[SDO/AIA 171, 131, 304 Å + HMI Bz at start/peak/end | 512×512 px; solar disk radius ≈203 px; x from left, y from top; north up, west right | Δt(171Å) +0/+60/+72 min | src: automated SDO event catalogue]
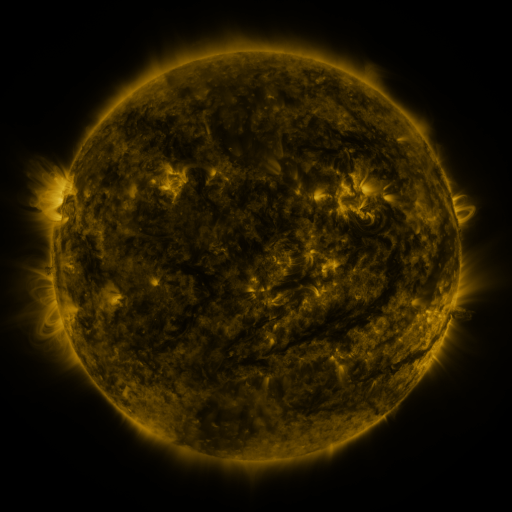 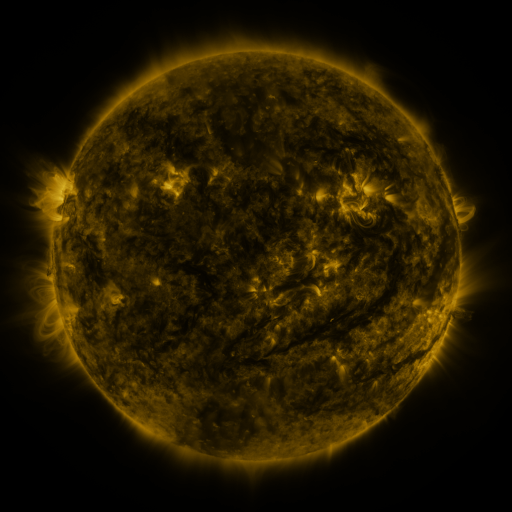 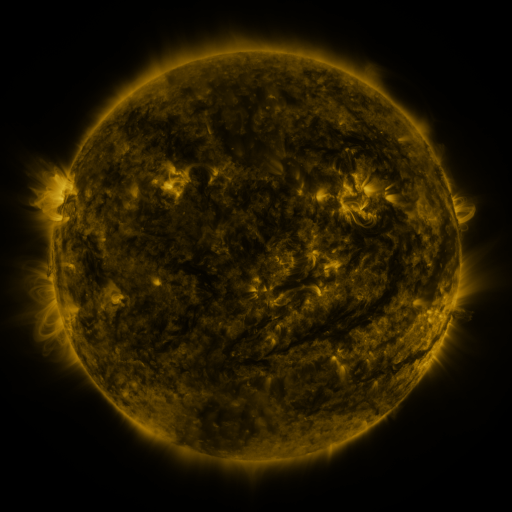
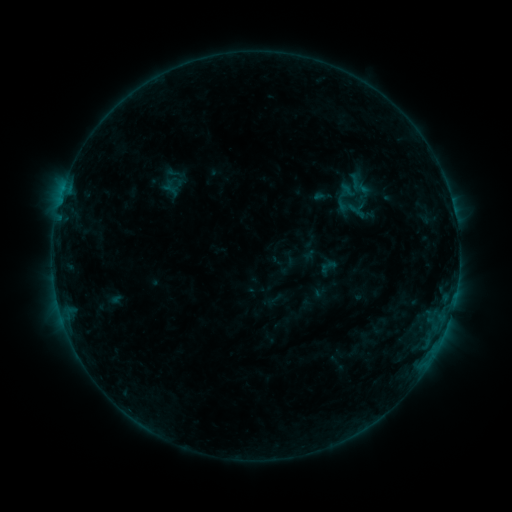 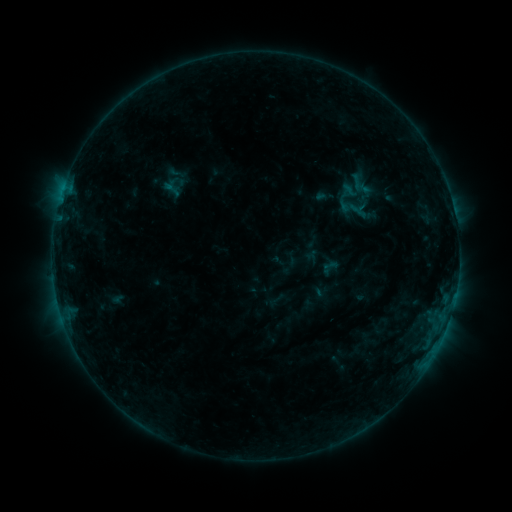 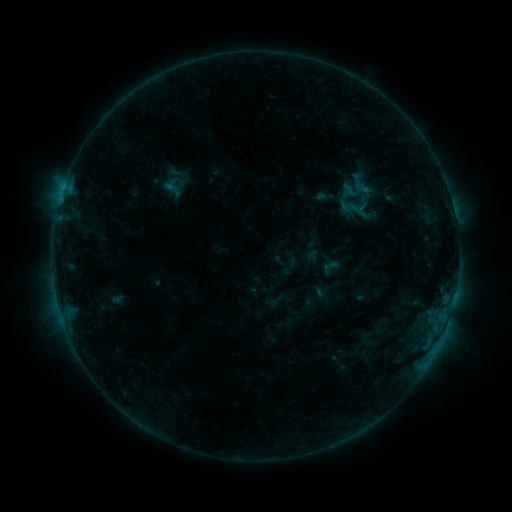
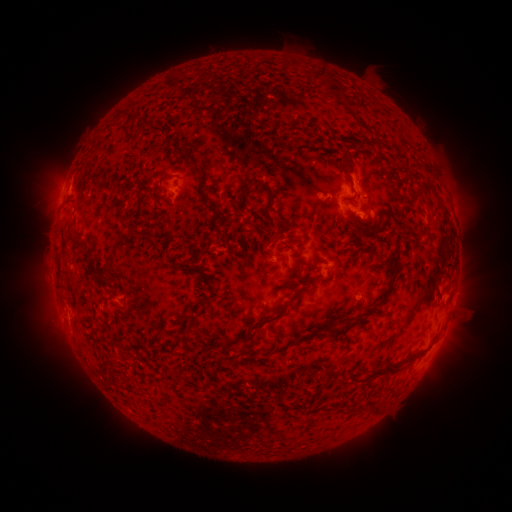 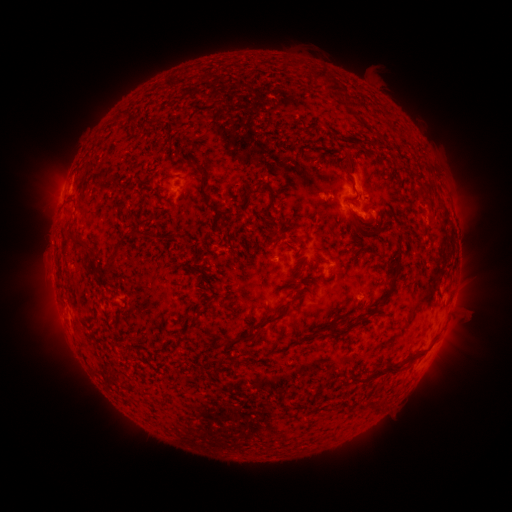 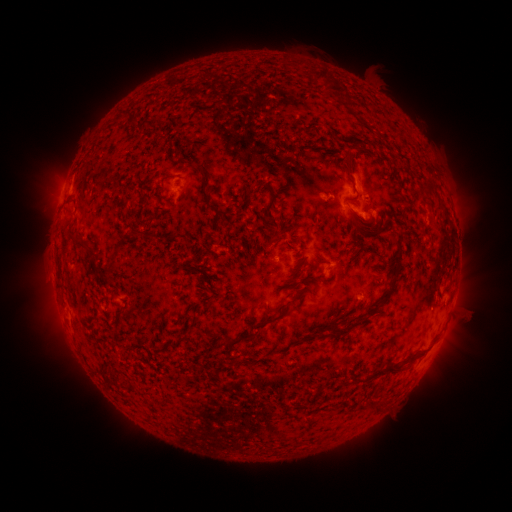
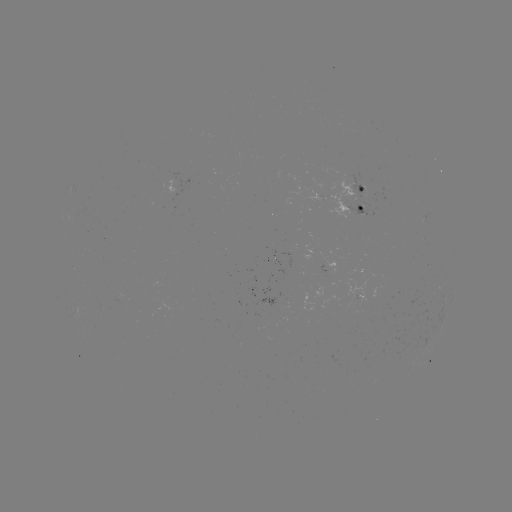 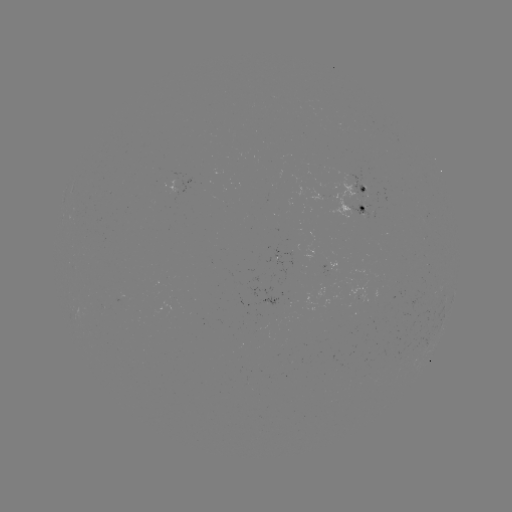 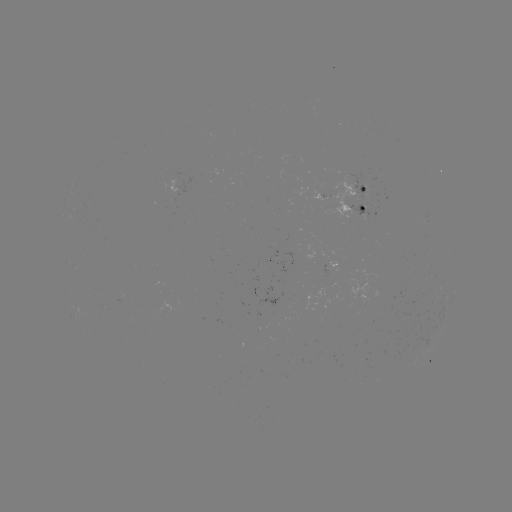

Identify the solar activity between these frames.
emerging-flux region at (353, 198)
